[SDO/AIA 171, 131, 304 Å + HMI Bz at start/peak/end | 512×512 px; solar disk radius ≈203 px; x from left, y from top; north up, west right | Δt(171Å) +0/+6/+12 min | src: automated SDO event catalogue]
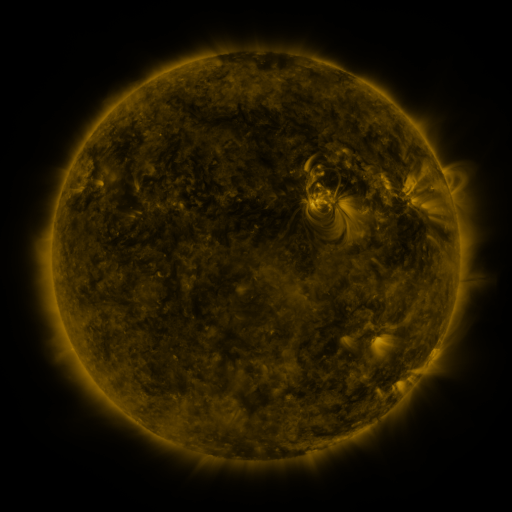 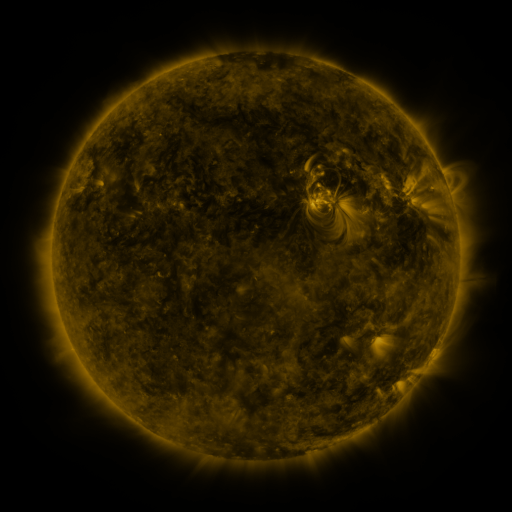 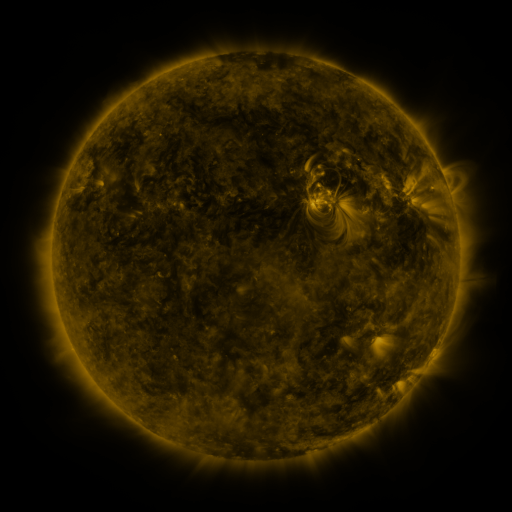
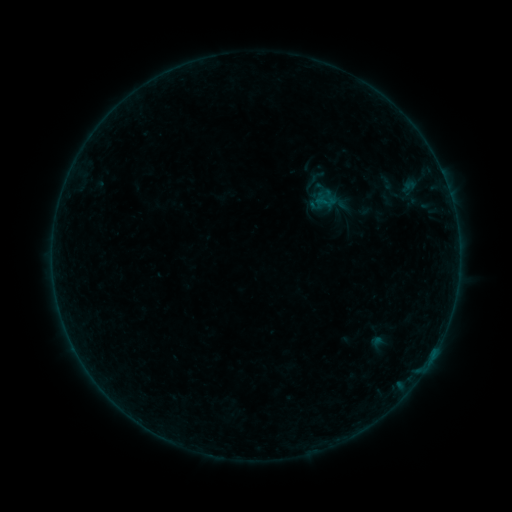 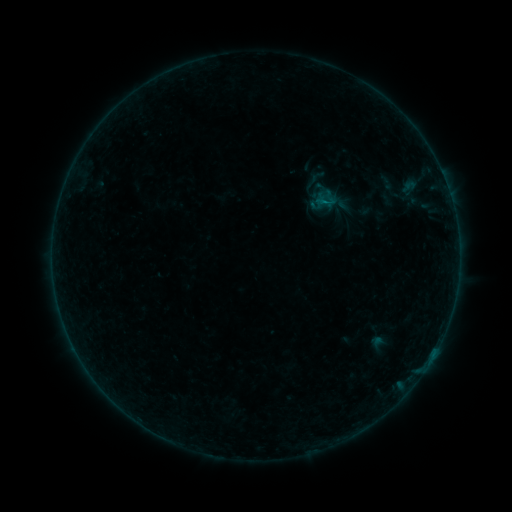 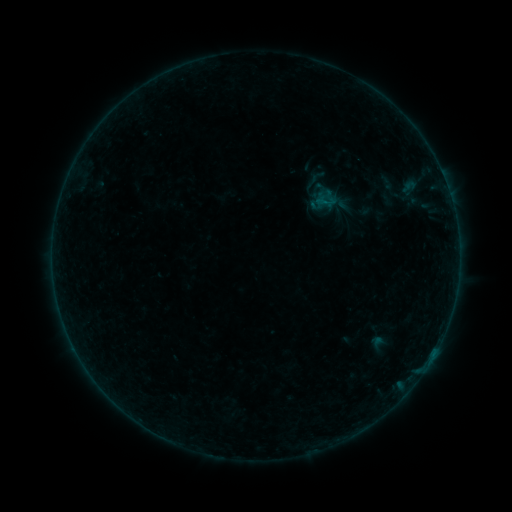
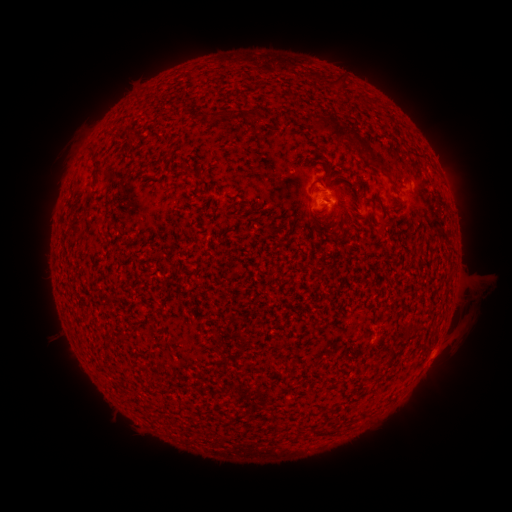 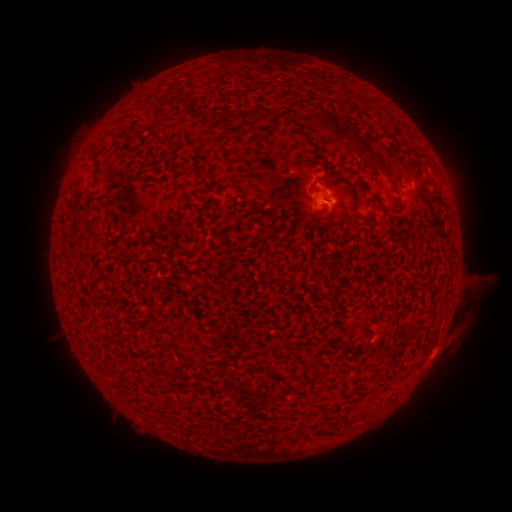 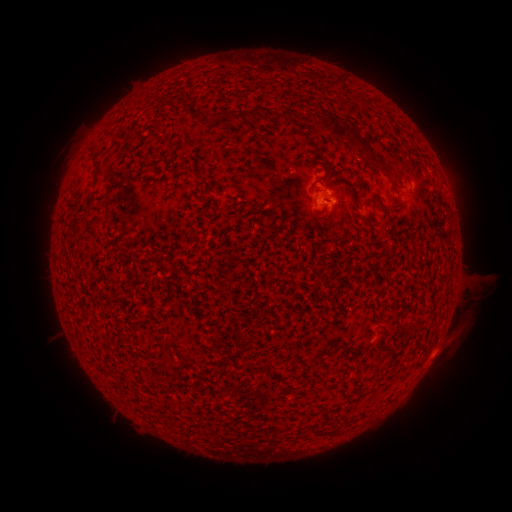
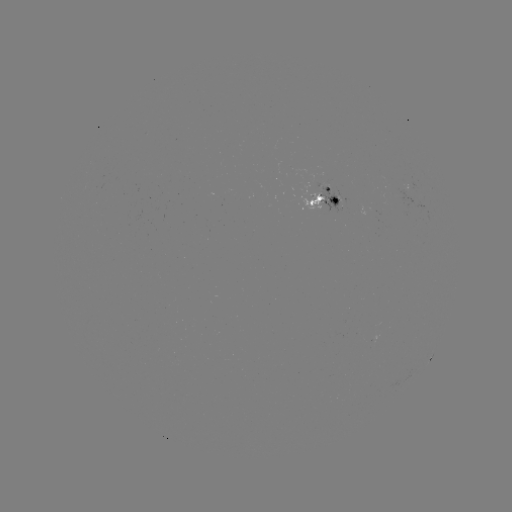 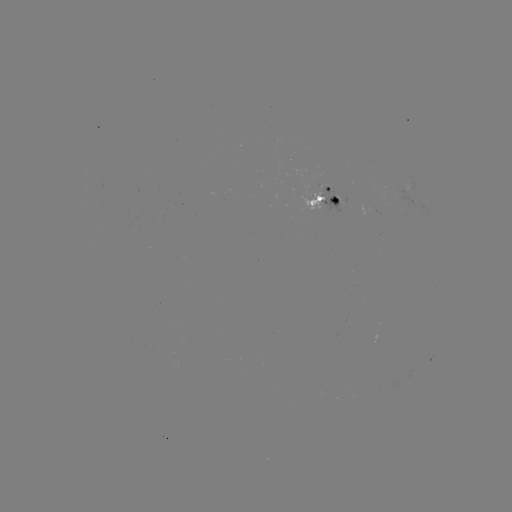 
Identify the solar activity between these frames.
B2.0 flare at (325, 205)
